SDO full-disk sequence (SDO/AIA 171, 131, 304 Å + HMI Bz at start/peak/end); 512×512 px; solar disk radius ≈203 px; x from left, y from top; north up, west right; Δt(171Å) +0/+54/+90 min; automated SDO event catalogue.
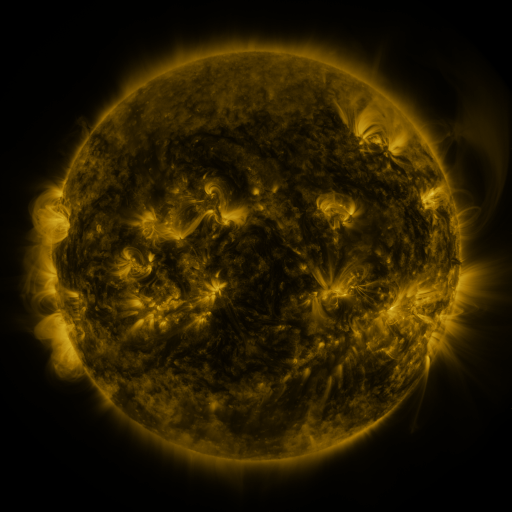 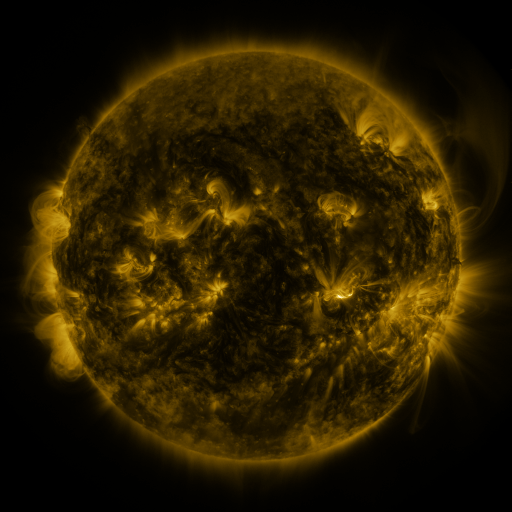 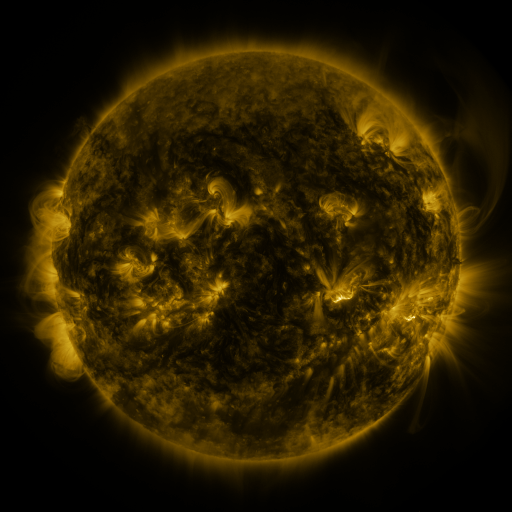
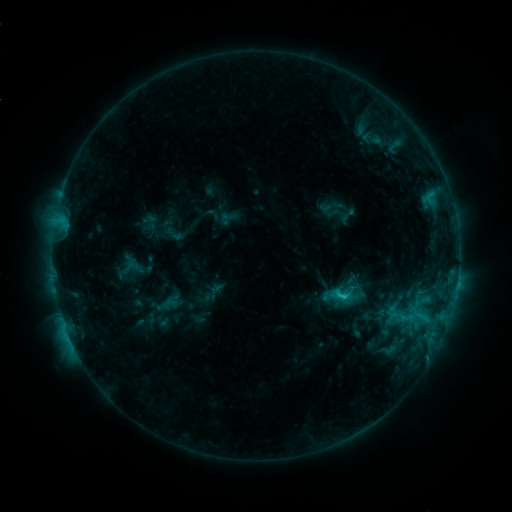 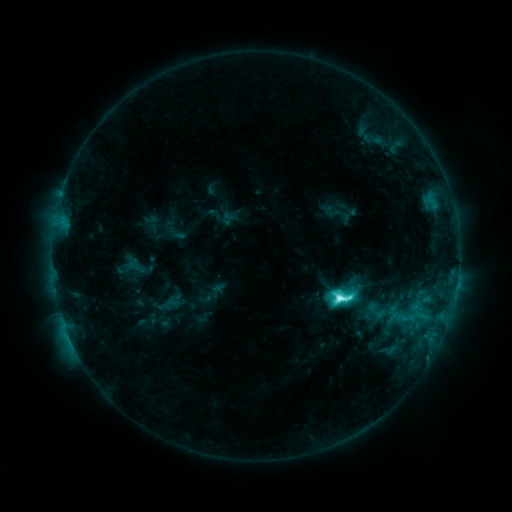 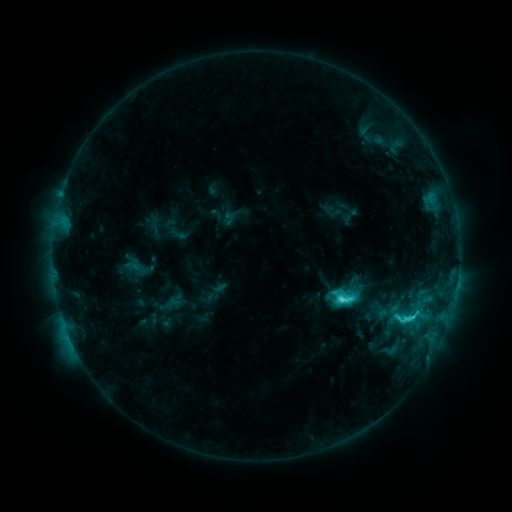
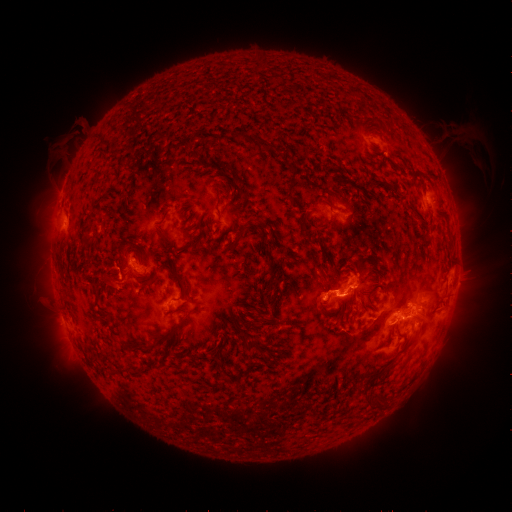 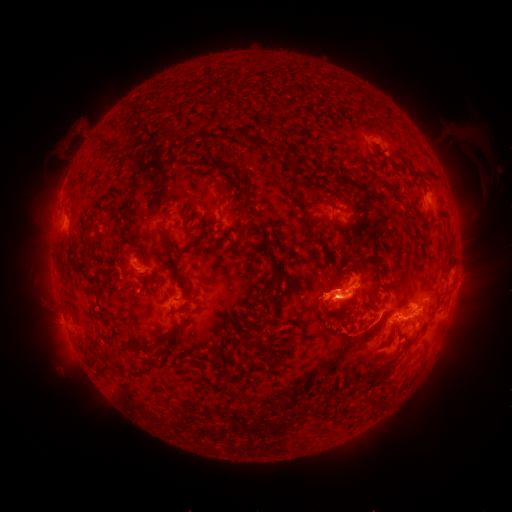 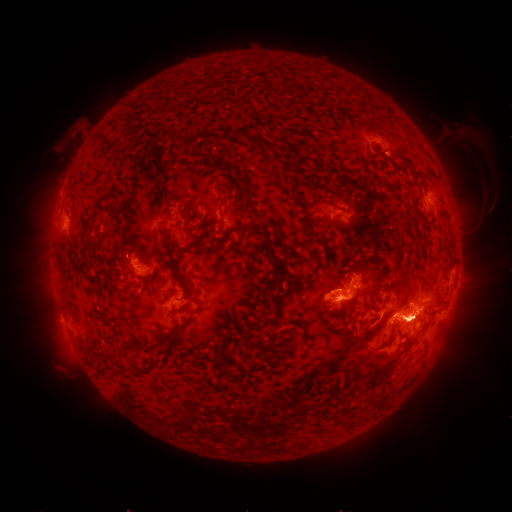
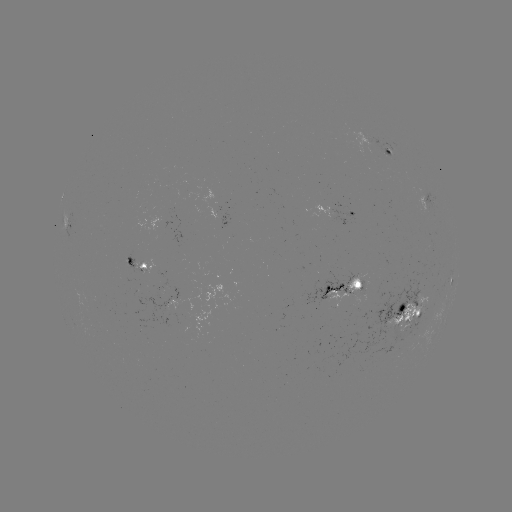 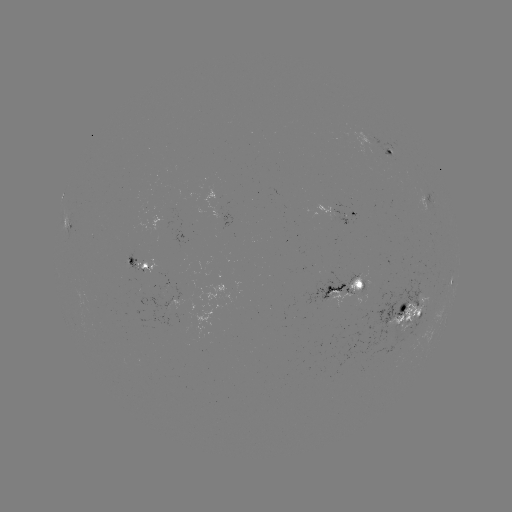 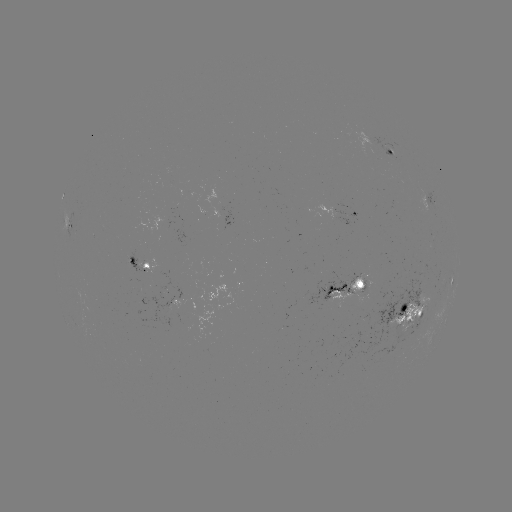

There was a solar flare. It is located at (340, 296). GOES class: M1.0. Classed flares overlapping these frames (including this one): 1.